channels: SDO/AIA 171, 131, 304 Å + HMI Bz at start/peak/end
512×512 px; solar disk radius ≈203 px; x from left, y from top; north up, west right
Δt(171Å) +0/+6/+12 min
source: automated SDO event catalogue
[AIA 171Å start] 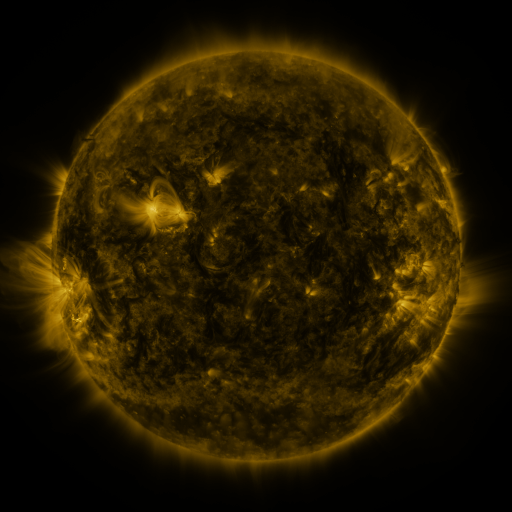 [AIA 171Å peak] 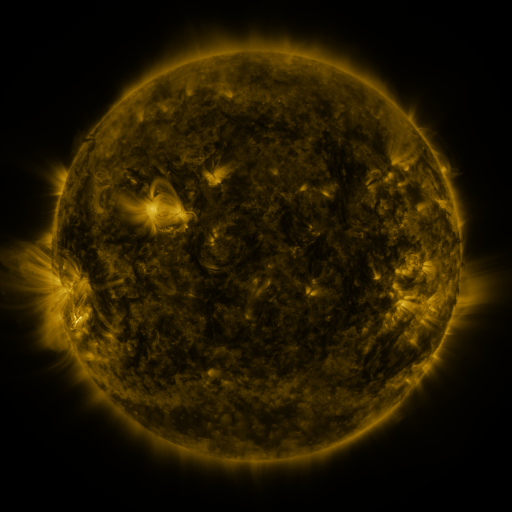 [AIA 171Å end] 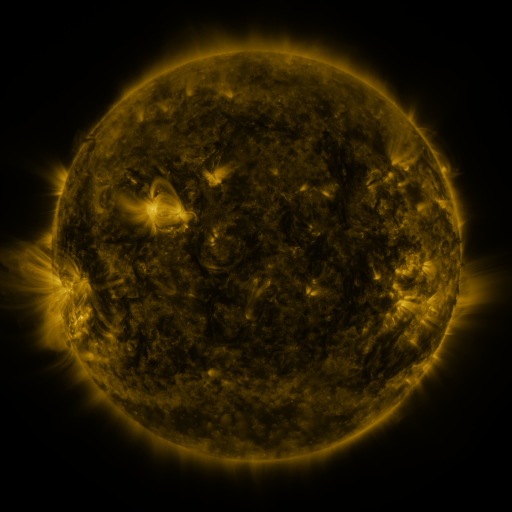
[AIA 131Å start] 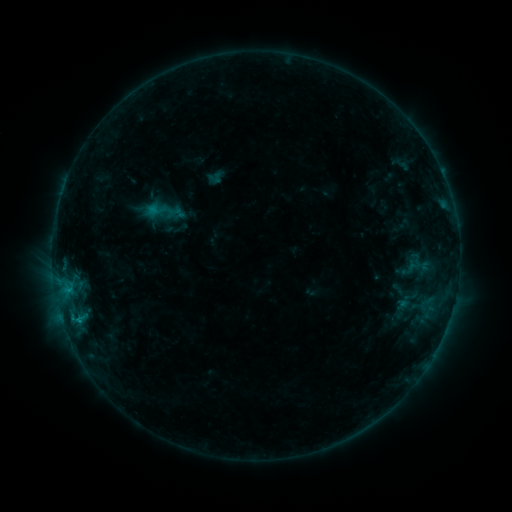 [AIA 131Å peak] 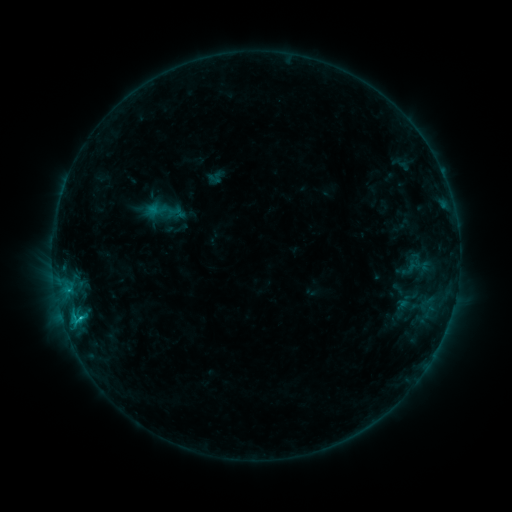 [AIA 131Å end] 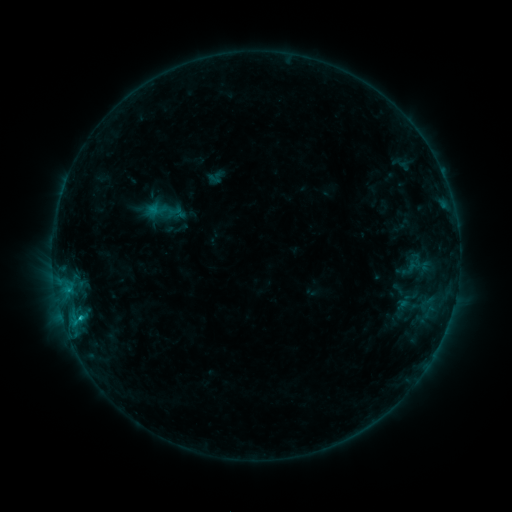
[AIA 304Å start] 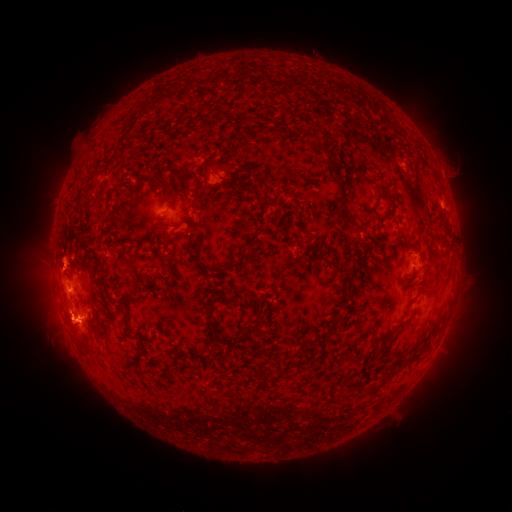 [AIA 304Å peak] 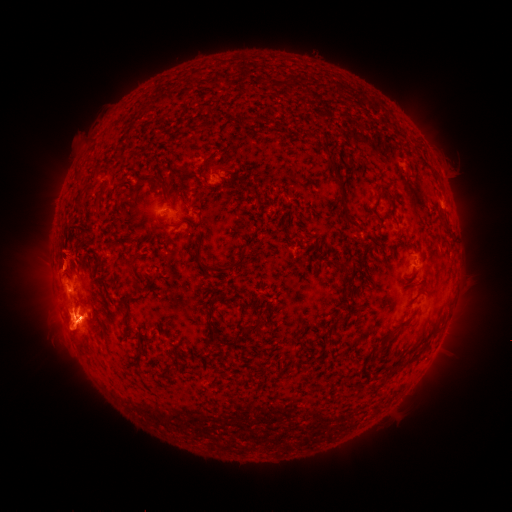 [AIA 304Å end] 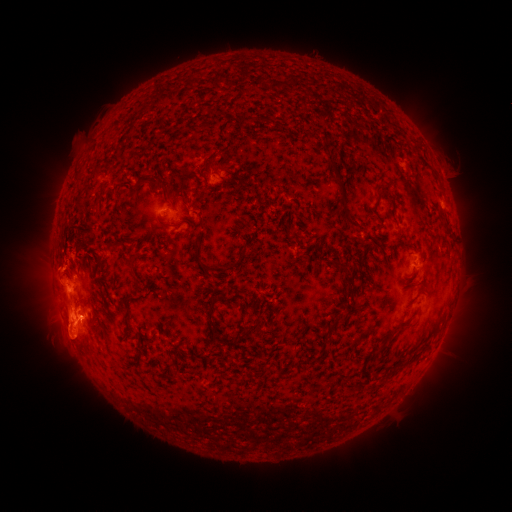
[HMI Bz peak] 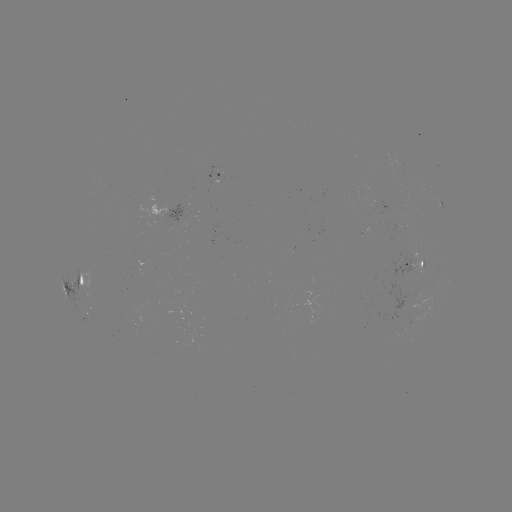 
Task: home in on C1.0 flare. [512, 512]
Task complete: (80, 314).